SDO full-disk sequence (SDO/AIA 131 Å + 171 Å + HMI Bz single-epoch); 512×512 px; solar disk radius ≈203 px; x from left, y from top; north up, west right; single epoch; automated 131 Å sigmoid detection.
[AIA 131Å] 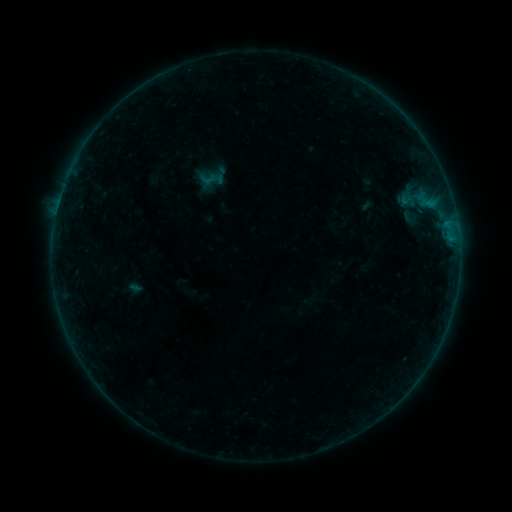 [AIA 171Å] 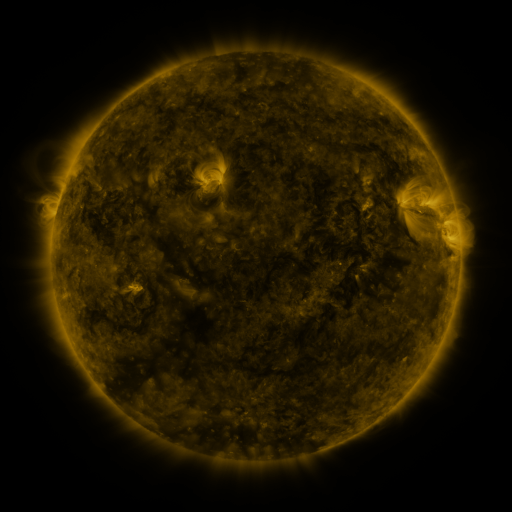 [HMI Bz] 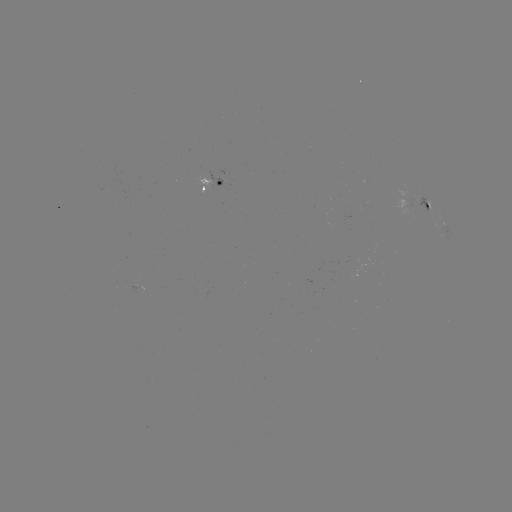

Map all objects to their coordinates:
sigmoid: <bbox>200, 170, 218, 188</bbox>
